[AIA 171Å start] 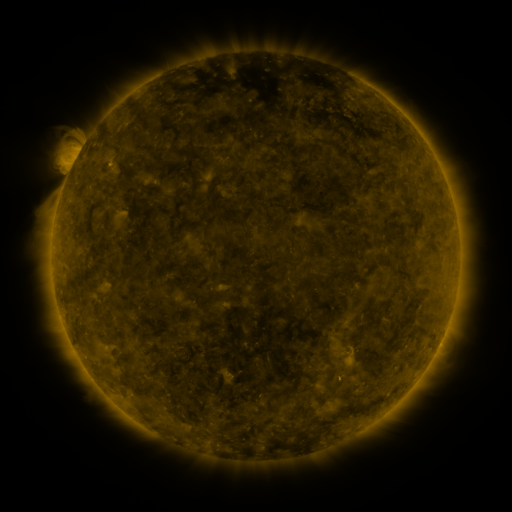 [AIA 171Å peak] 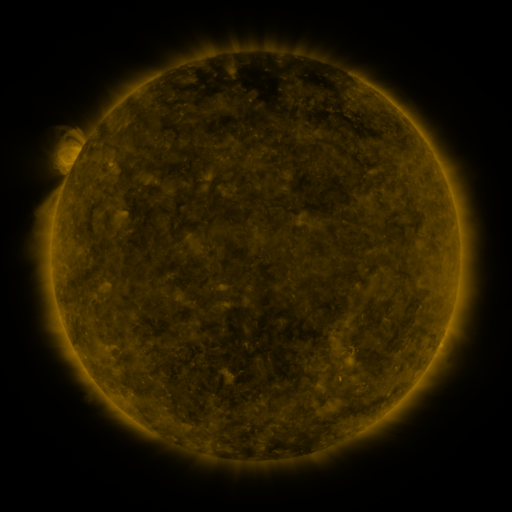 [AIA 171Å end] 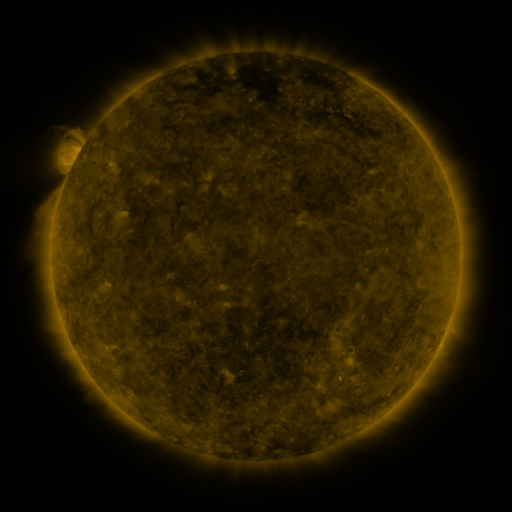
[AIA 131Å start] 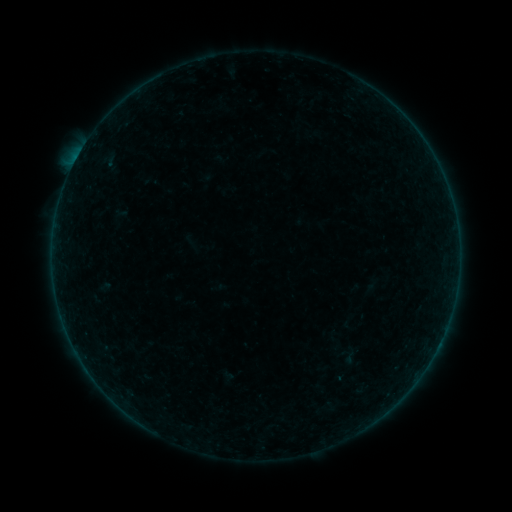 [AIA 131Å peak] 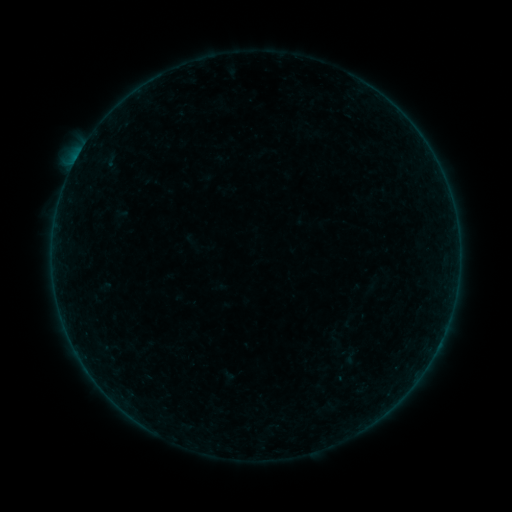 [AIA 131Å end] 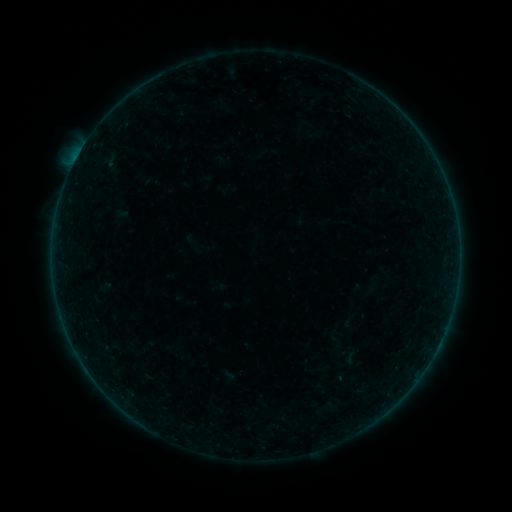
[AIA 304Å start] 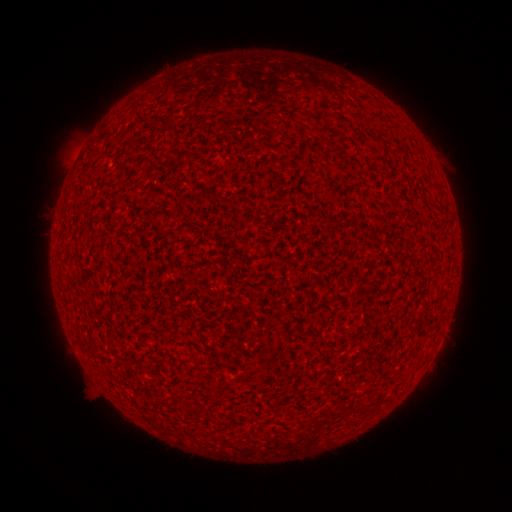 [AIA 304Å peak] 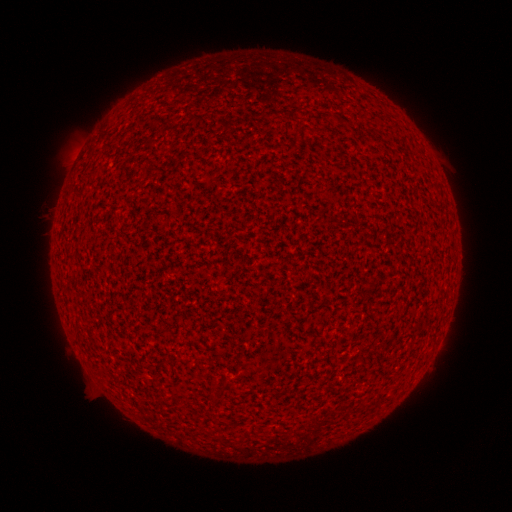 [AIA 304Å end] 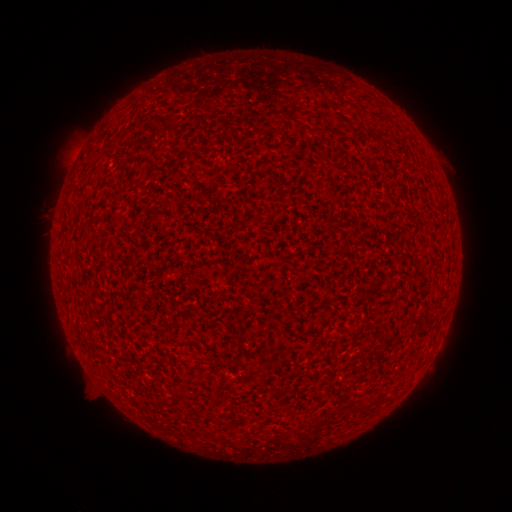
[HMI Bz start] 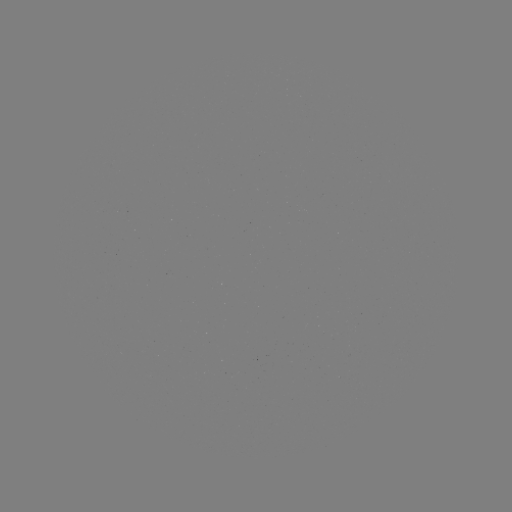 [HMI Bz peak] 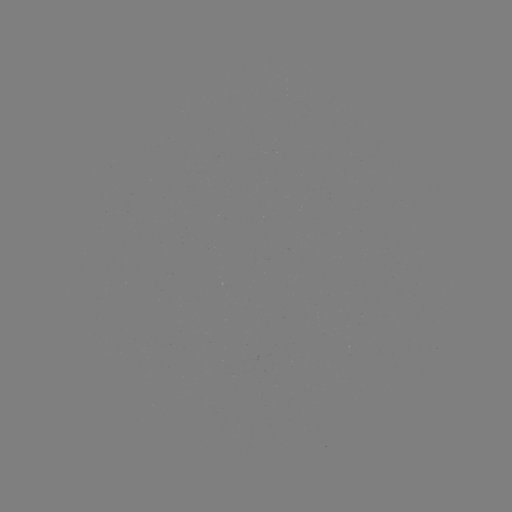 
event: flare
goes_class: A5.2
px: (76, 162)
